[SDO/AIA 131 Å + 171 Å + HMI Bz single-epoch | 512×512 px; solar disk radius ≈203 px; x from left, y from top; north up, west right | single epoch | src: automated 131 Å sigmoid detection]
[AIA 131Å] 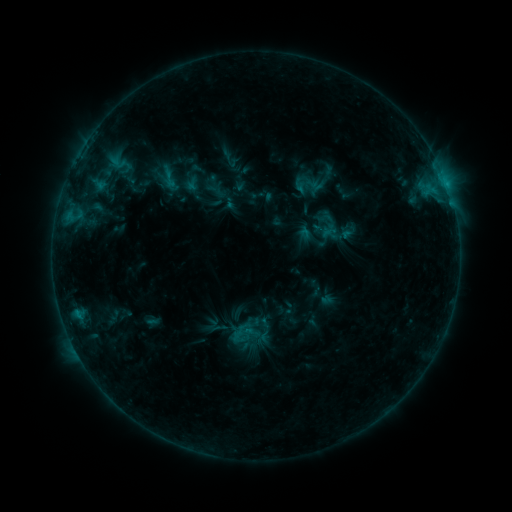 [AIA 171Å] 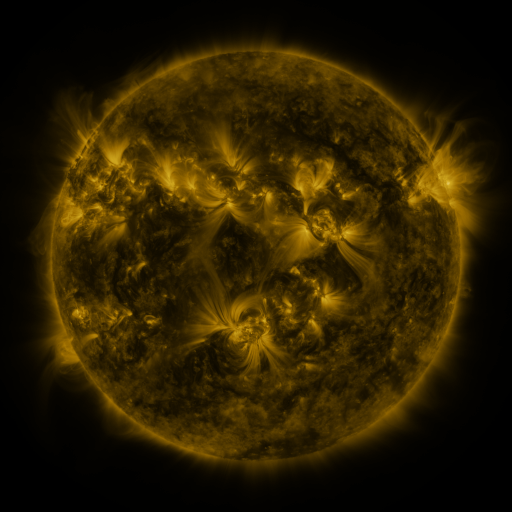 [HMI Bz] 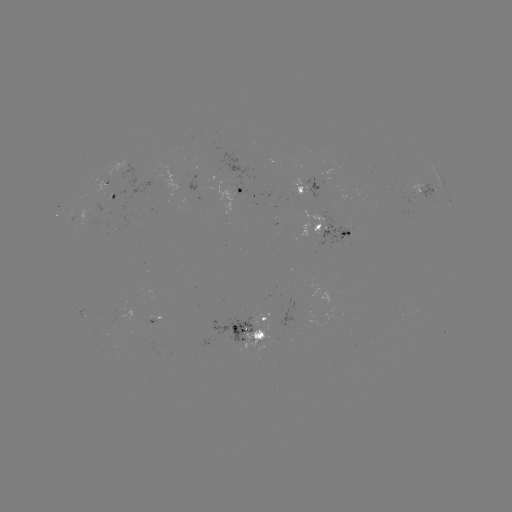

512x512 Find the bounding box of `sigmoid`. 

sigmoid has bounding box [159, 169, 179, 189].